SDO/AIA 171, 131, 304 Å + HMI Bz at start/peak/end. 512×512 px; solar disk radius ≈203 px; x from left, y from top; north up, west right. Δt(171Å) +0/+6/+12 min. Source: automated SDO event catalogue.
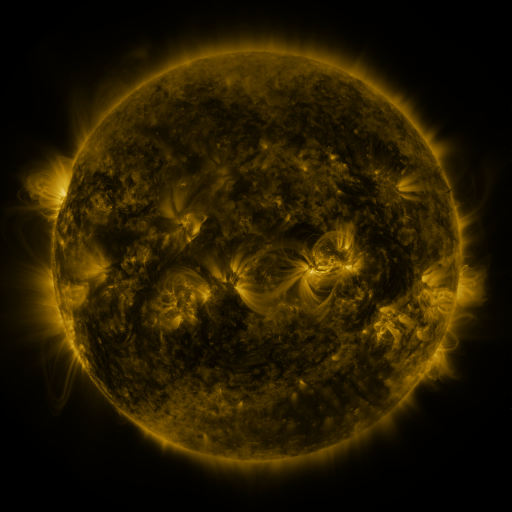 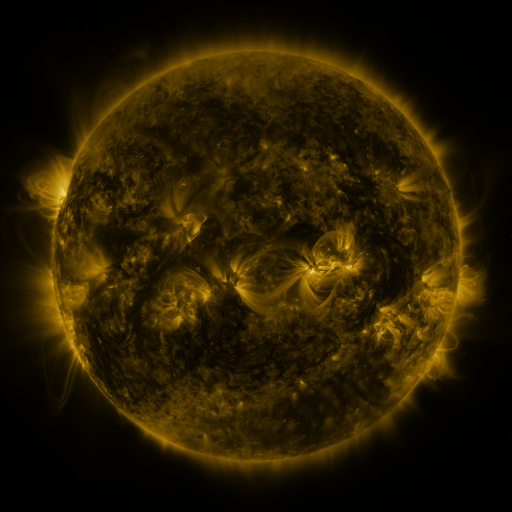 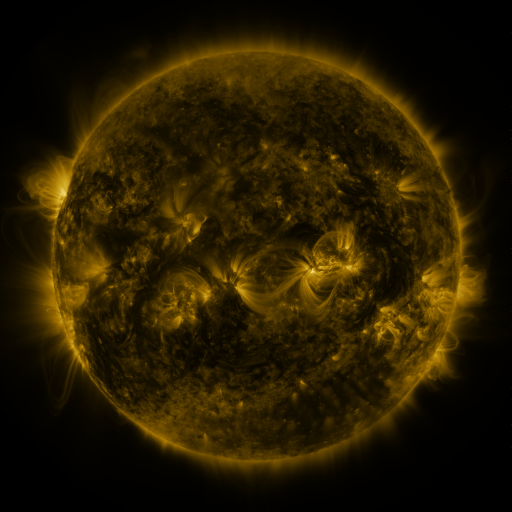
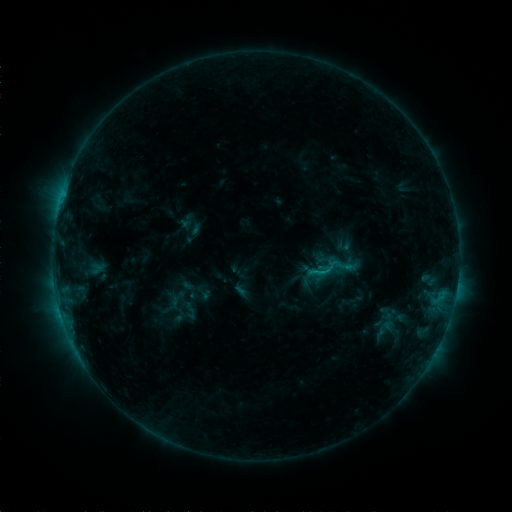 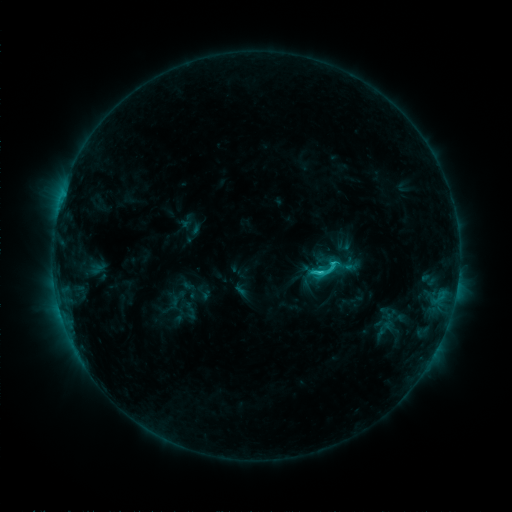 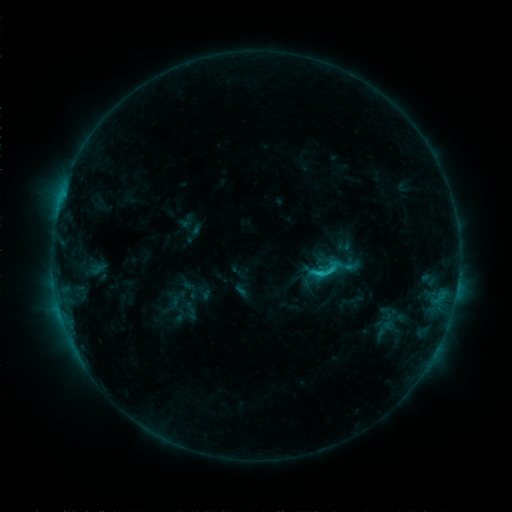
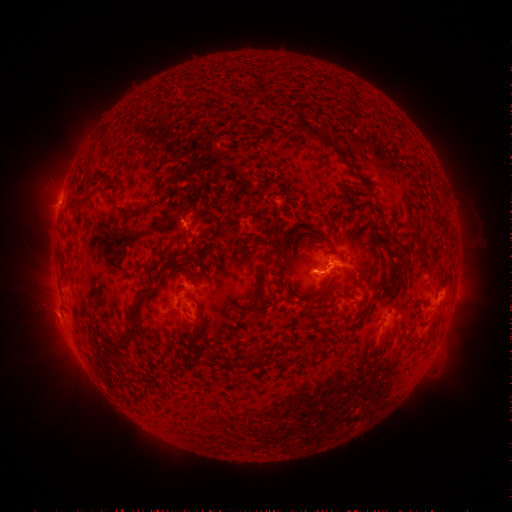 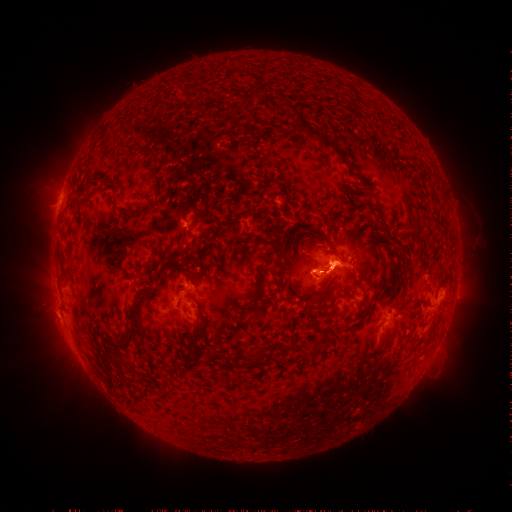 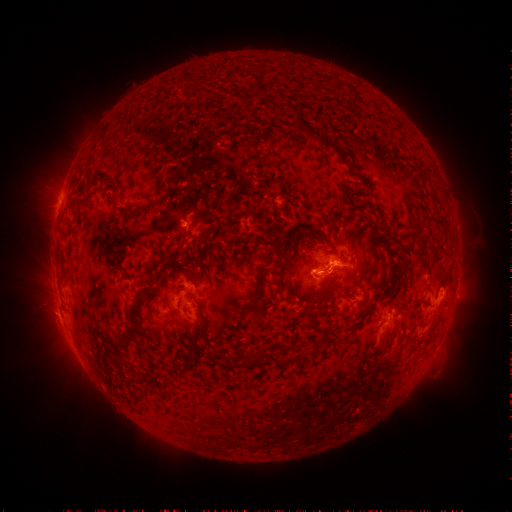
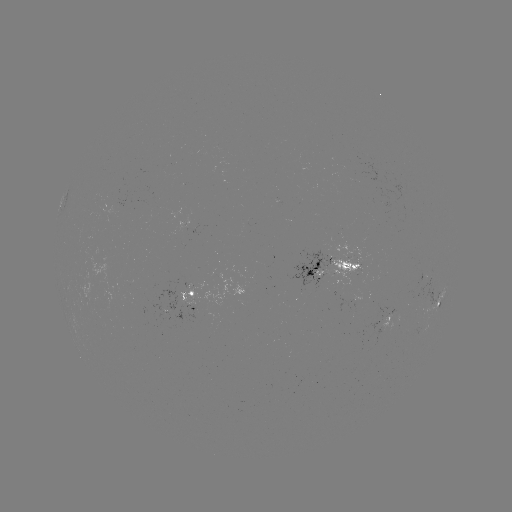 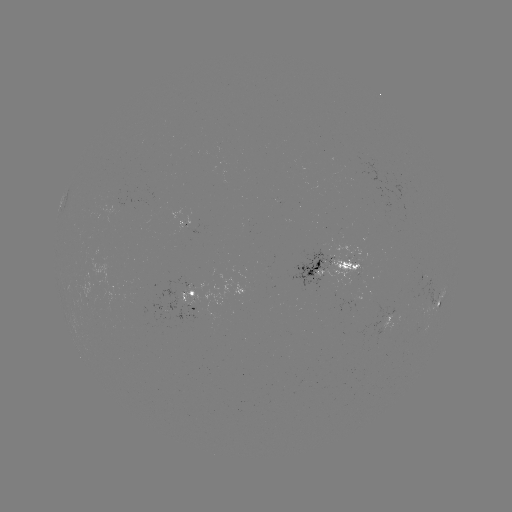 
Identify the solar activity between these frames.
C2.2 flare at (318, 272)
